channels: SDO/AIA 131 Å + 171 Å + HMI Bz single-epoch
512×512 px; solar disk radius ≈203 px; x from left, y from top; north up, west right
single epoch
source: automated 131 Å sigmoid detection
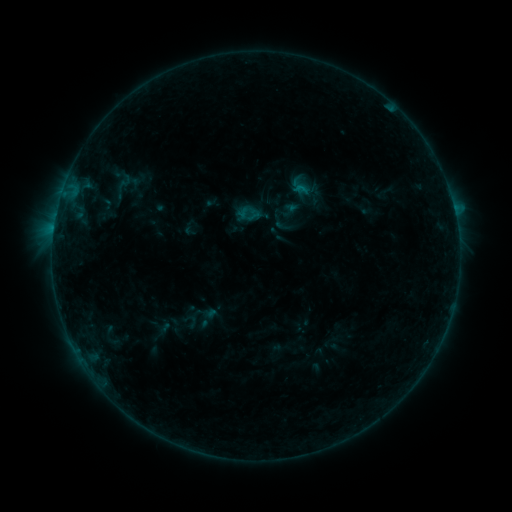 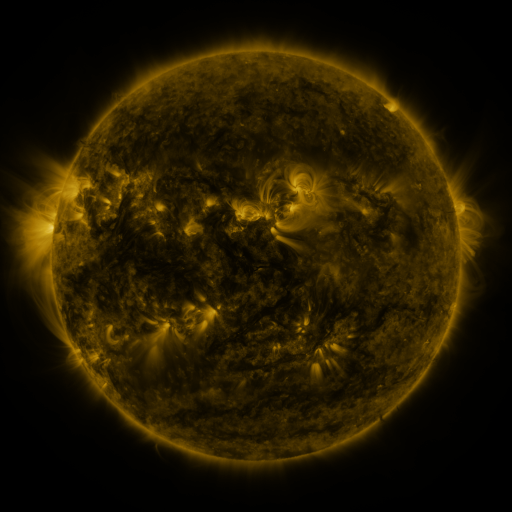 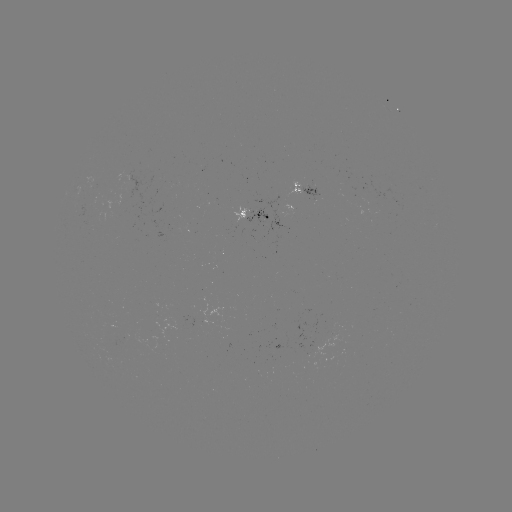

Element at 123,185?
sigmoid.